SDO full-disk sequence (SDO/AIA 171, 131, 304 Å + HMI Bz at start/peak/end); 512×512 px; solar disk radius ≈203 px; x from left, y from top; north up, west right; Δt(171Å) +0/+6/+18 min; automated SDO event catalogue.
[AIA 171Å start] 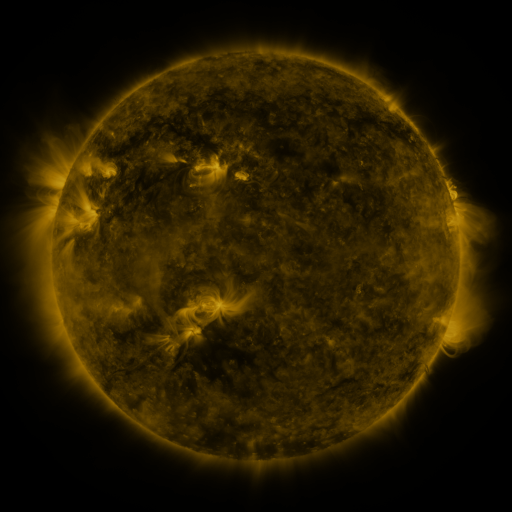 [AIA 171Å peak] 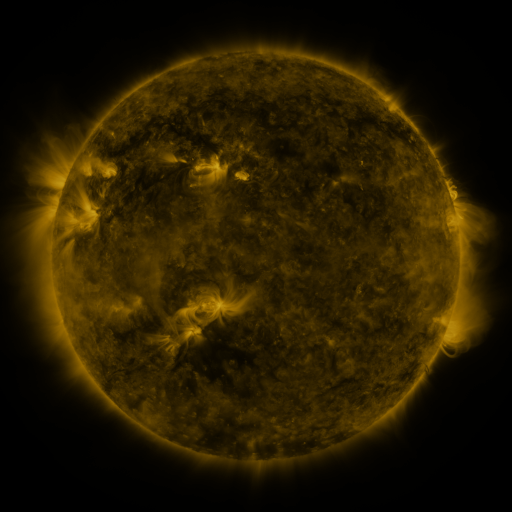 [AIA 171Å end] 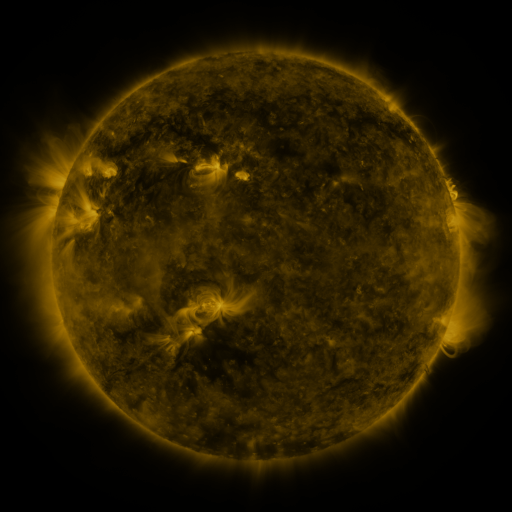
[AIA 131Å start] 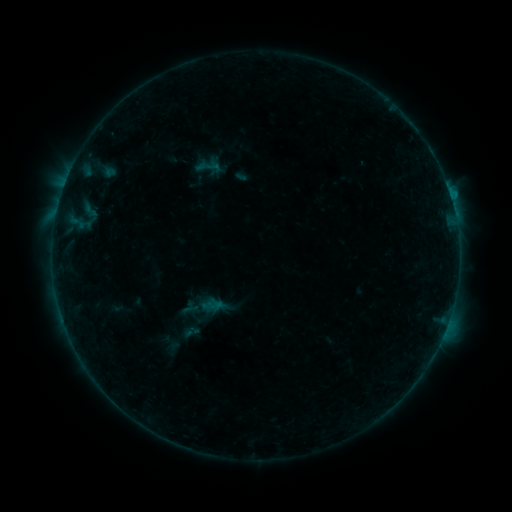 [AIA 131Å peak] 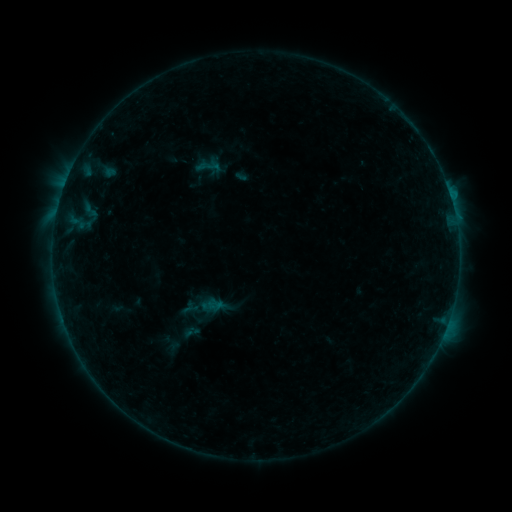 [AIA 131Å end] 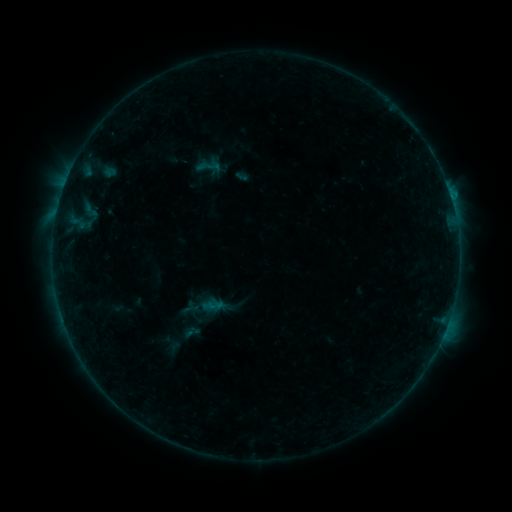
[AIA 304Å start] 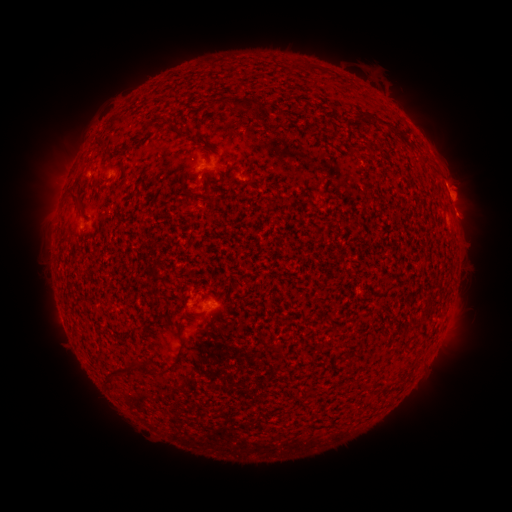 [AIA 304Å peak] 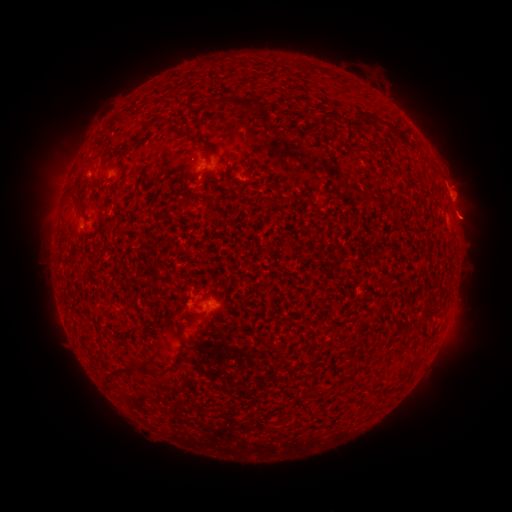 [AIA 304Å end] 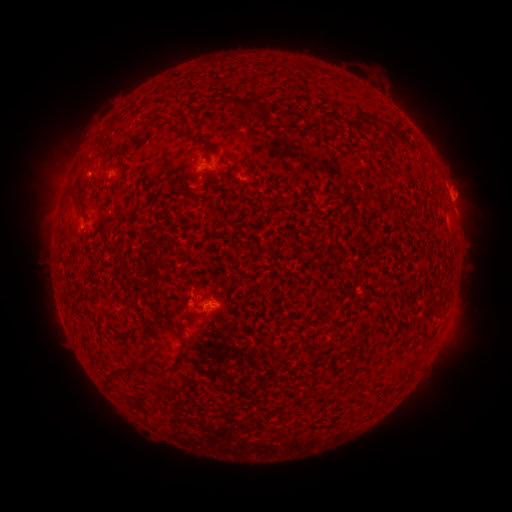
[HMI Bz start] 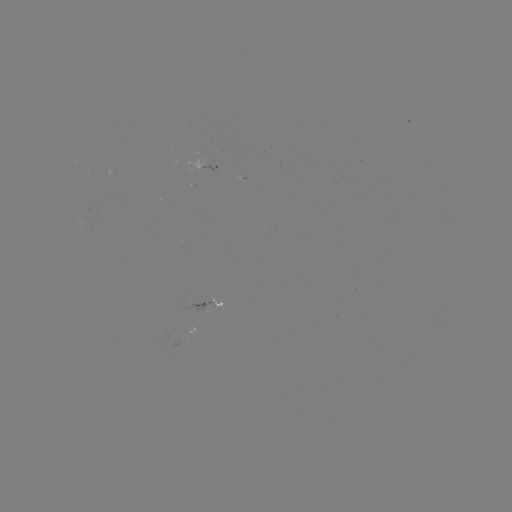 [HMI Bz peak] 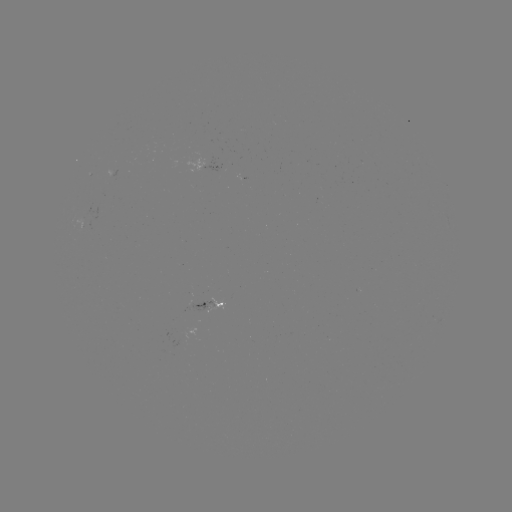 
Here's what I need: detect eruption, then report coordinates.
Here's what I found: eruption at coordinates [471, 219].